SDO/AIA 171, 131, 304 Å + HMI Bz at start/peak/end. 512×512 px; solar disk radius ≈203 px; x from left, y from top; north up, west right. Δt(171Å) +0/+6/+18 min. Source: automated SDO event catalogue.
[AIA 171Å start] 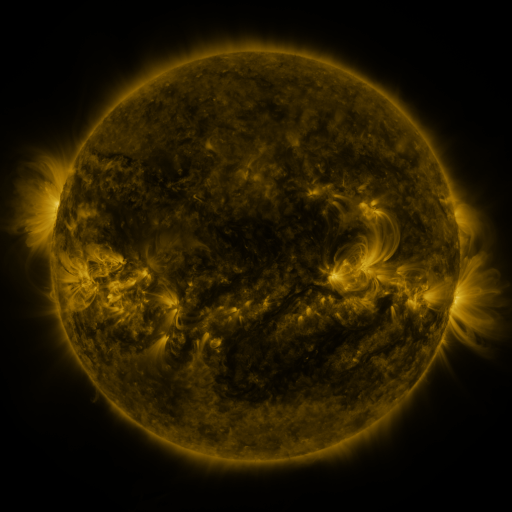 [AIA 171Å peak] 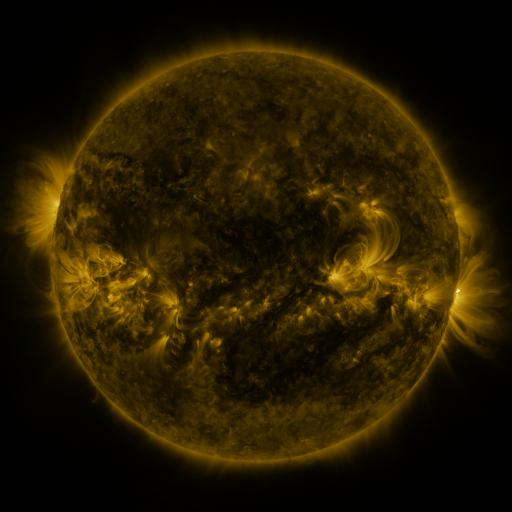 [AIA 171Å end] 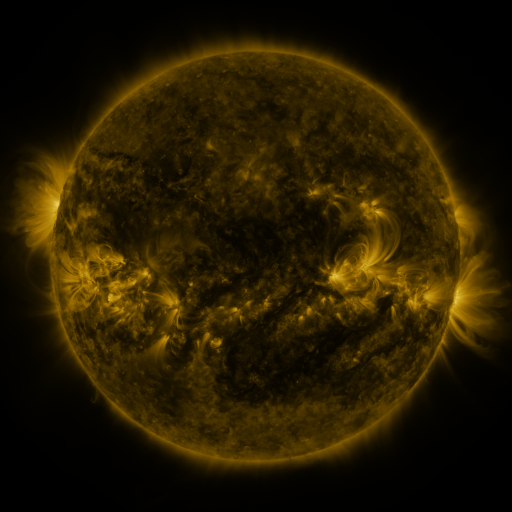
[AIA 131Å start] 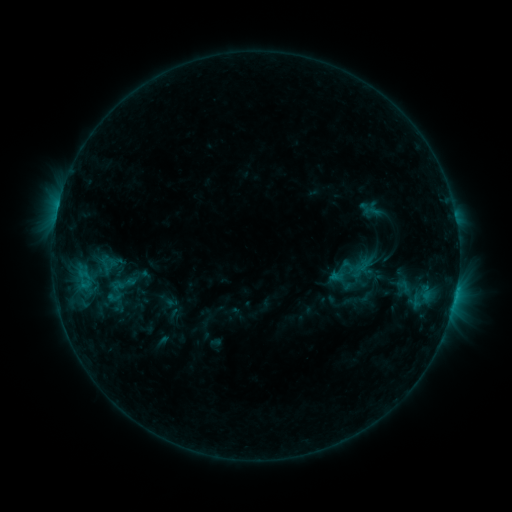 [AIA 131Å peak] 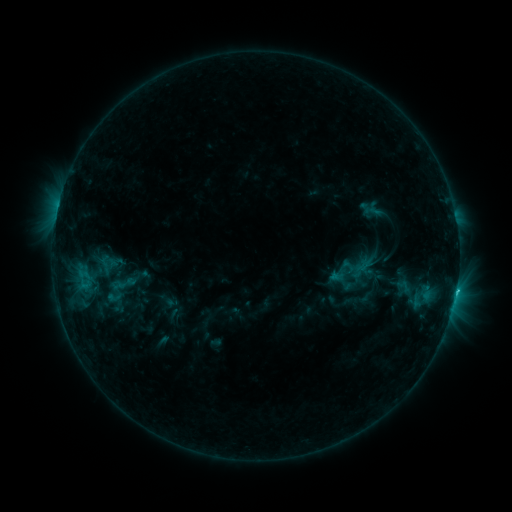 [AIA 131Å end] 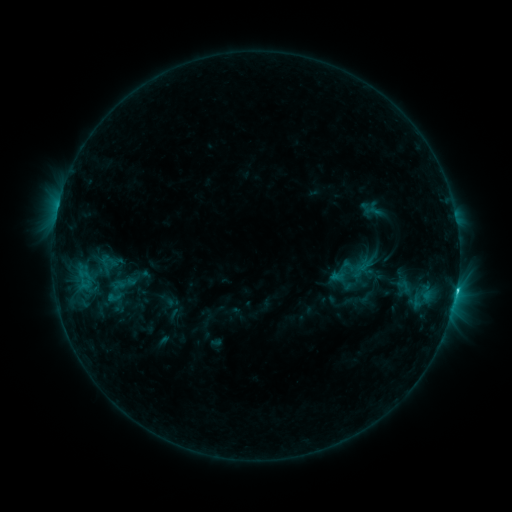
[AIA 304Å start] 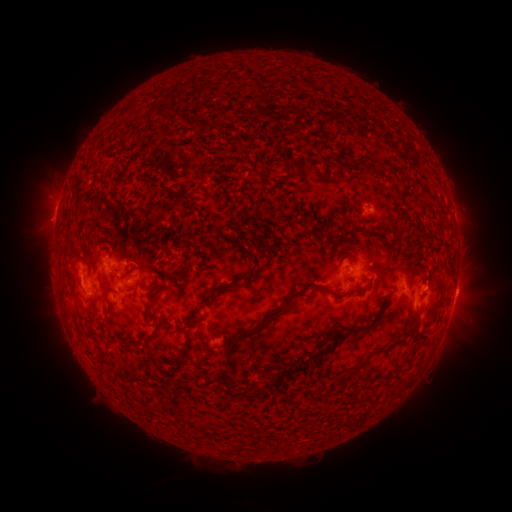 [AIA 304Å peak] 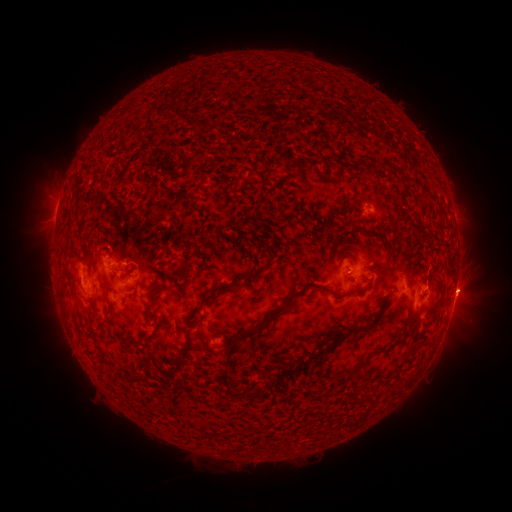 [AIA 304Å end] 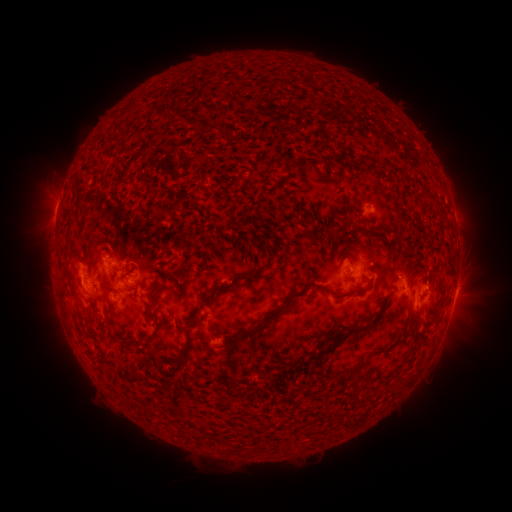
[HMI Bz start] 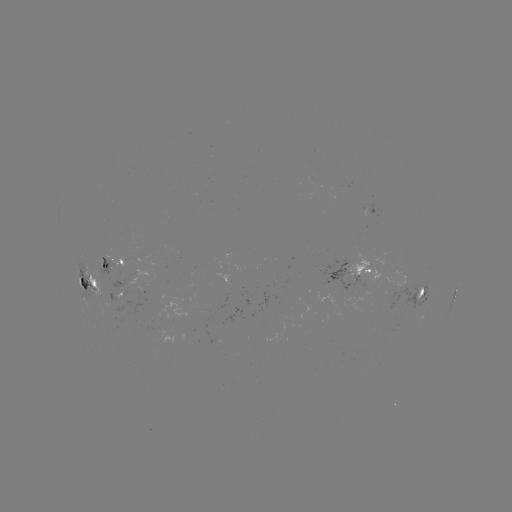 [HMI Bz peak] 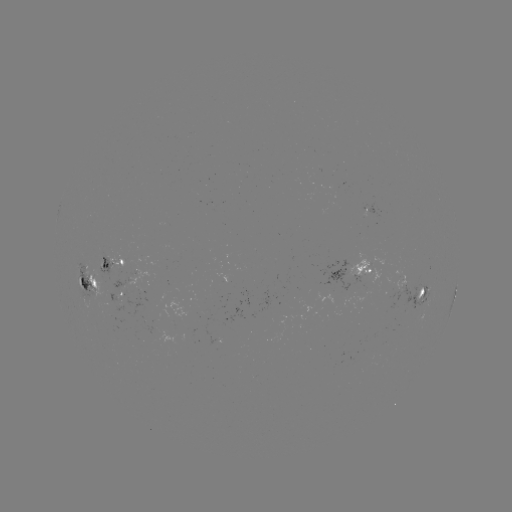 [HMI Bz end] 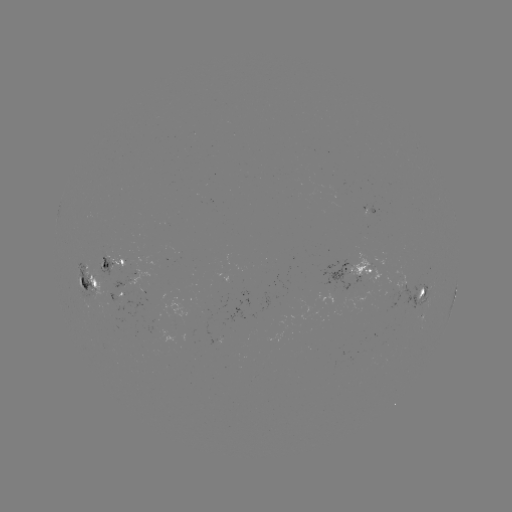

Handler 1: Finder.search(C2.2 flare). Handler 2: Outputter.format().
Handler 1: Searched C2.2 flare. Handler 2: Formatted (456, 290).